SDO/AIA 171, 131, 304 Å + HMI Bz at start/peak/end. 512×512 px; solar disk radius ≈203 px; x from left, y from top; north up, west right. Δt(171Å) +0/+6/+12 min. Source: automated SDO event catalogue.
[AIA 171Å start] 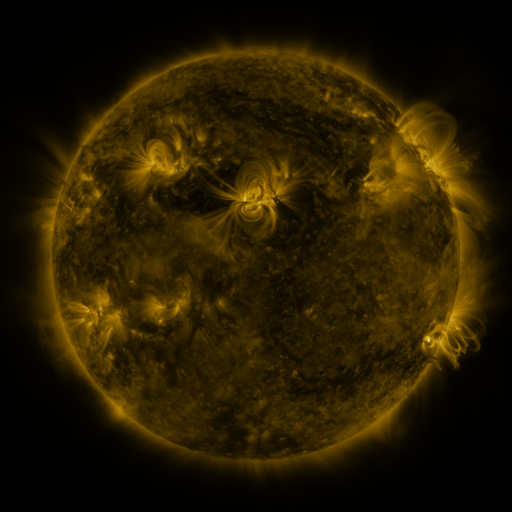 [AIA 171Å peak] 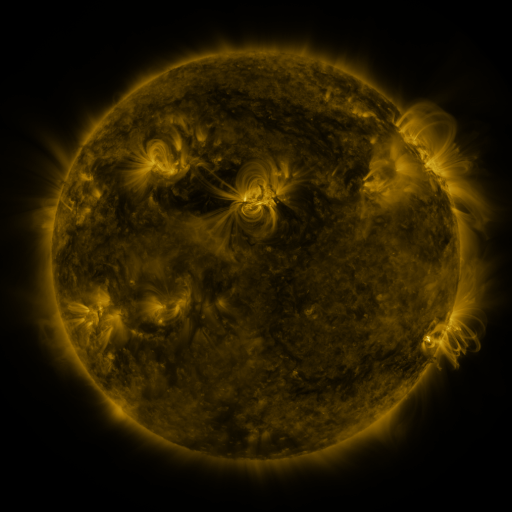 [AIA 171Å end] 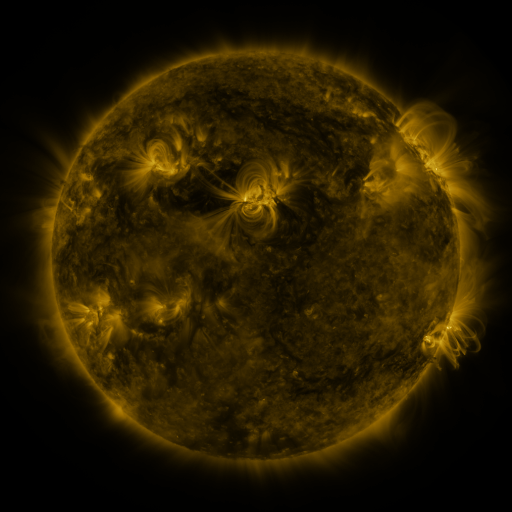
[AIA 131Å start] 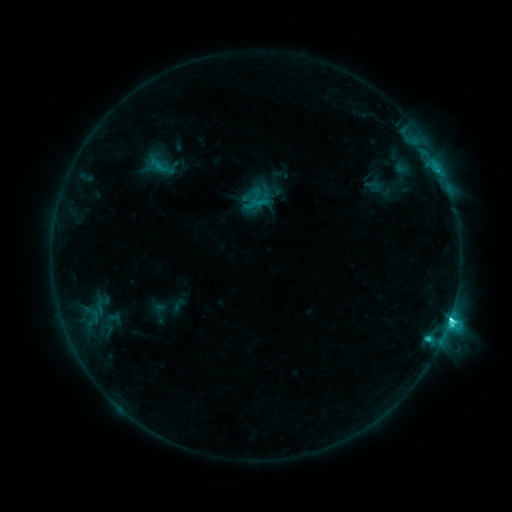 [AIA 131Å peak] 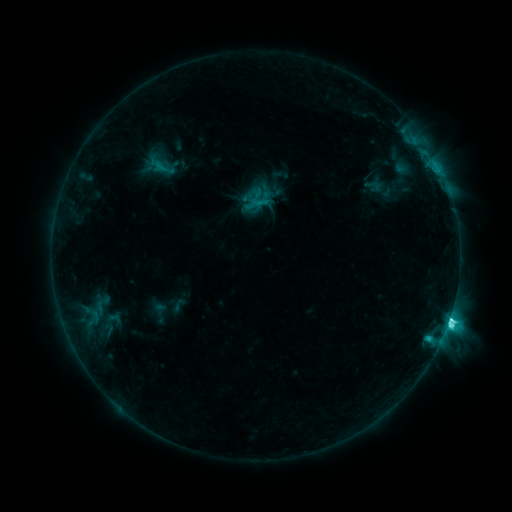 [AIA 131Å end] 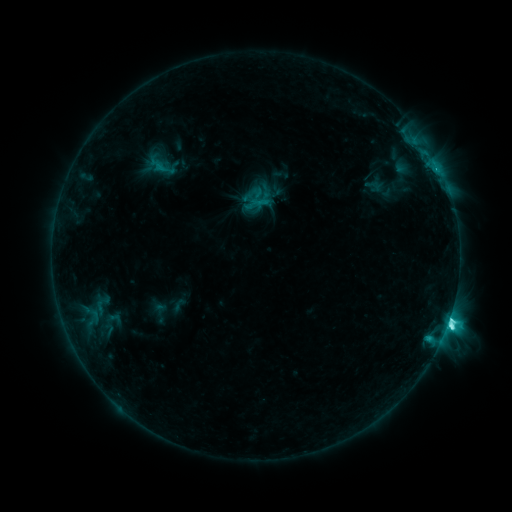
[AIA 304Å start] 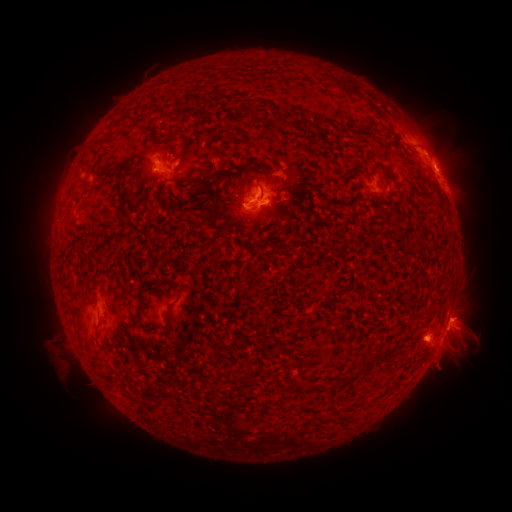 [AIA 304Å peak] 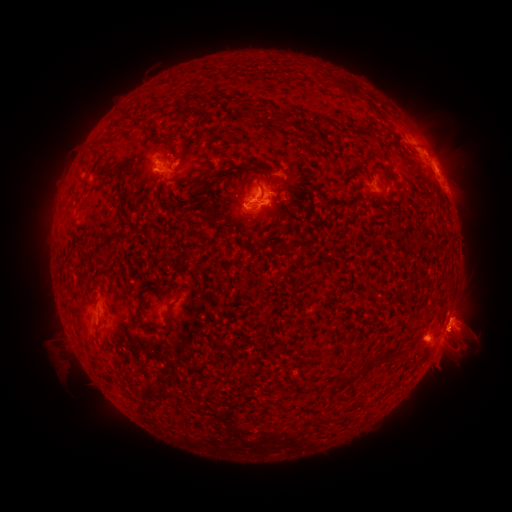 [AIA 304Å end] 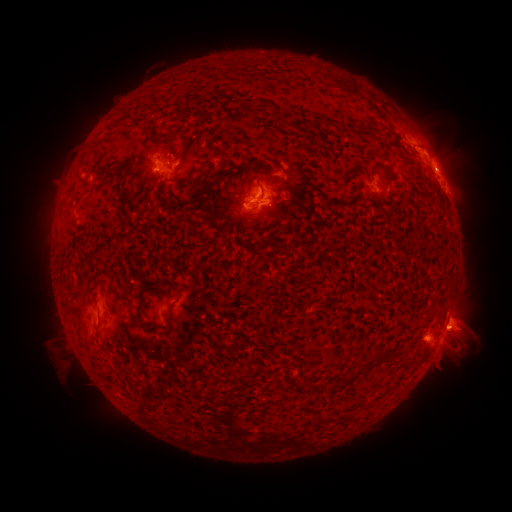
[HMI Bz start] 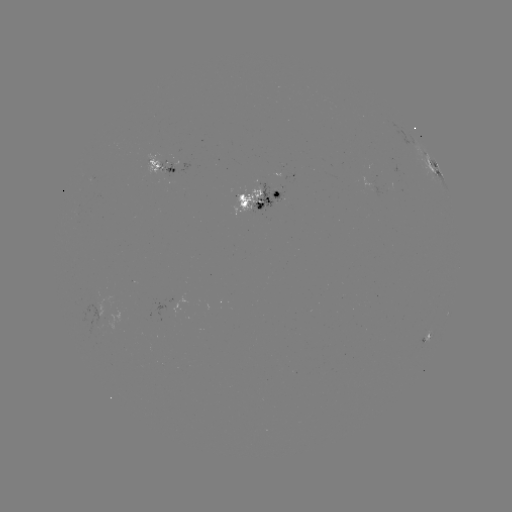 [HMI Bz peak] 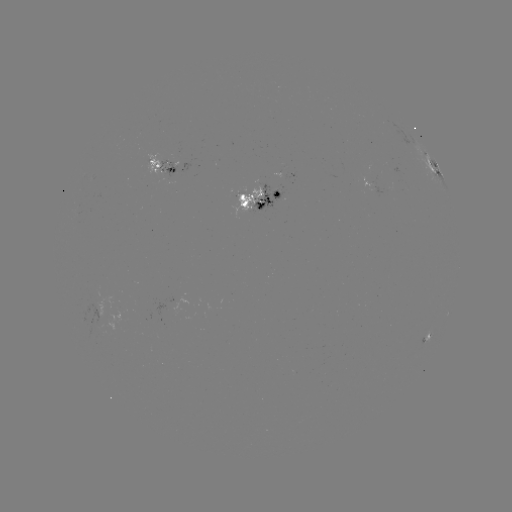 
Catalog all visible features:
eruption: (464, 318)
